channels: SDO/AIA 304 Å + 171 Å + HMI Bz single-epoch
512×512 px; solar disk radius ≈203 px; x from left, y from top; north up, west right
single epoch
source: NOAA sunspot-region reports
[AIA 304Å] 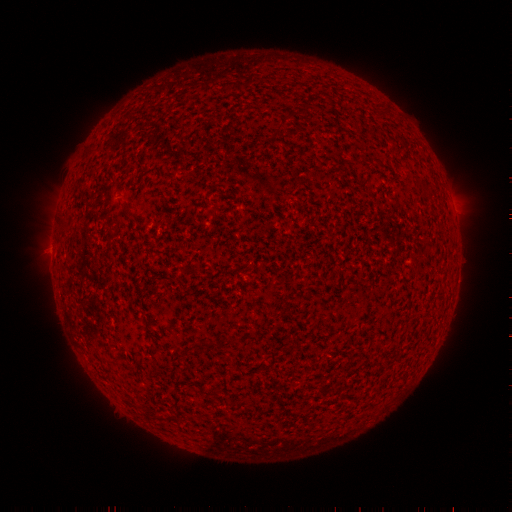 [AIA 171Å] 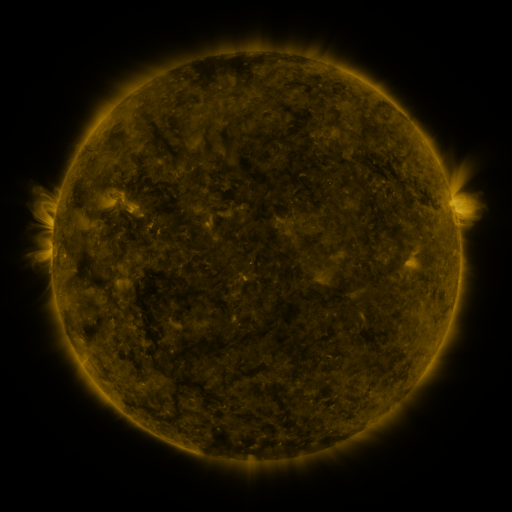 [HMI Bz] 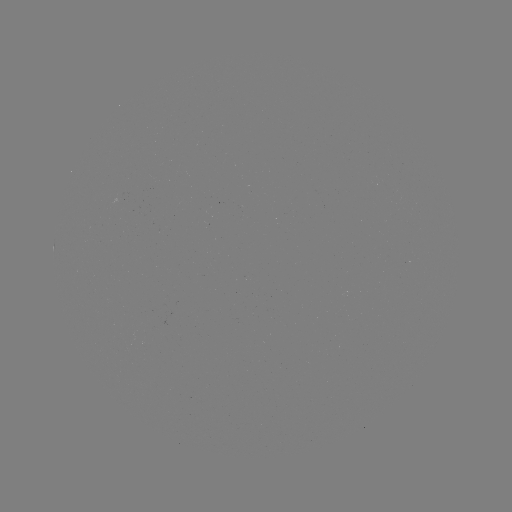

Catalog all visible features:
(none)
